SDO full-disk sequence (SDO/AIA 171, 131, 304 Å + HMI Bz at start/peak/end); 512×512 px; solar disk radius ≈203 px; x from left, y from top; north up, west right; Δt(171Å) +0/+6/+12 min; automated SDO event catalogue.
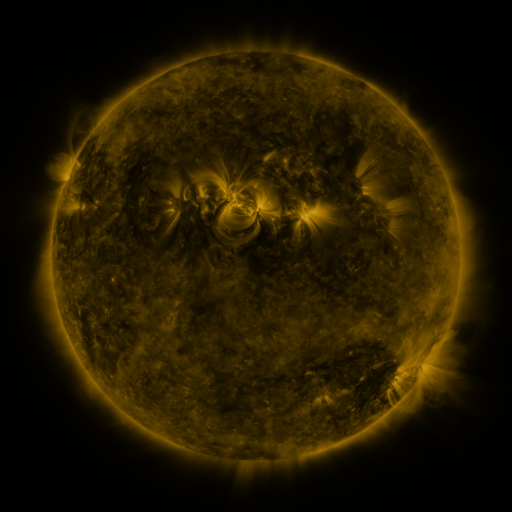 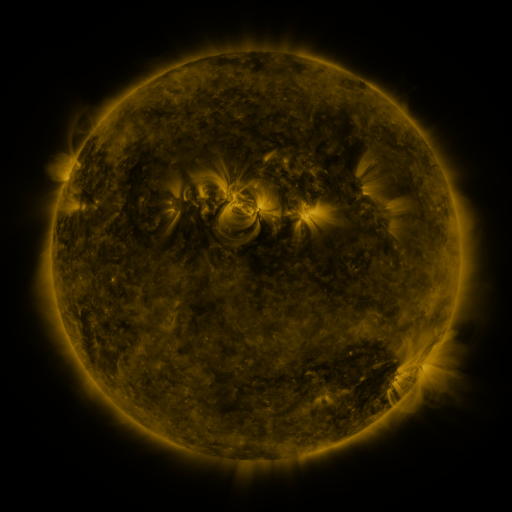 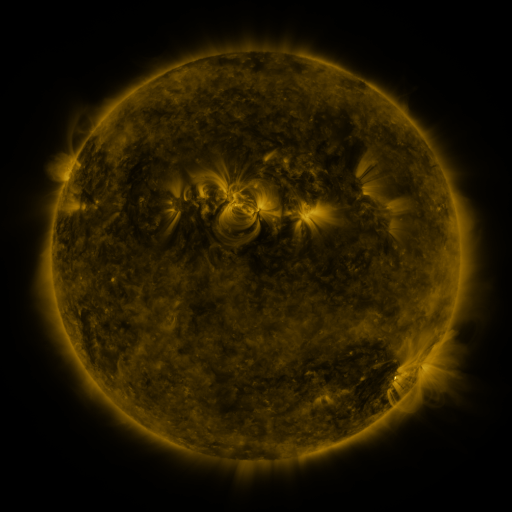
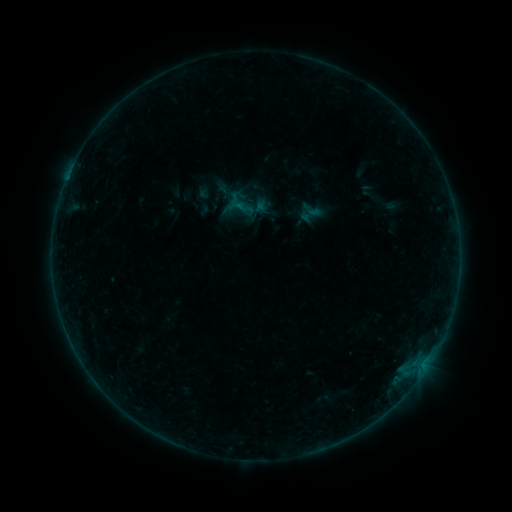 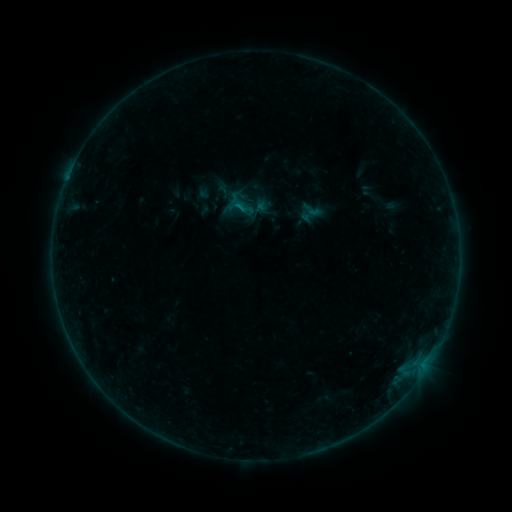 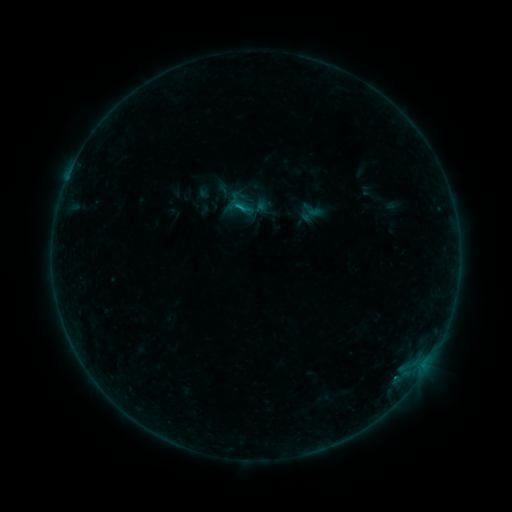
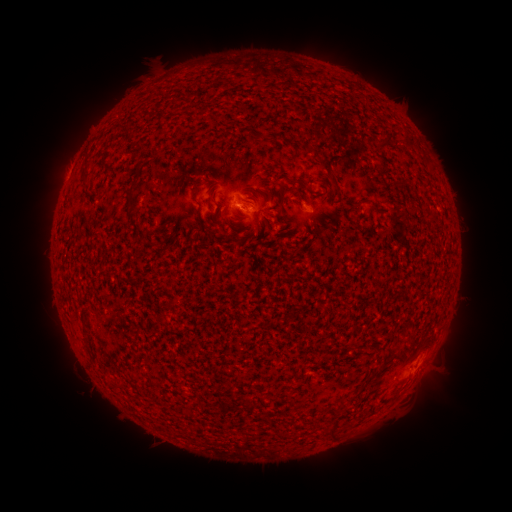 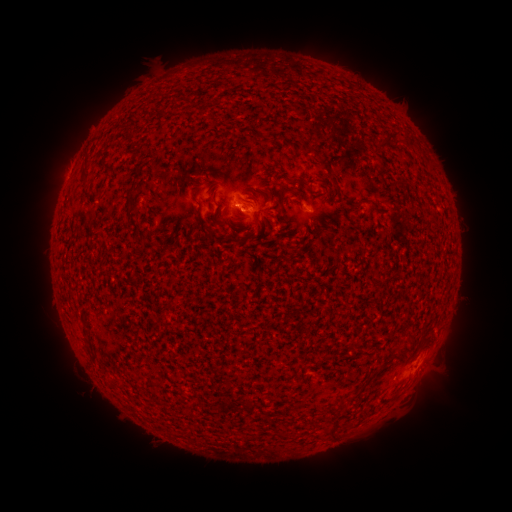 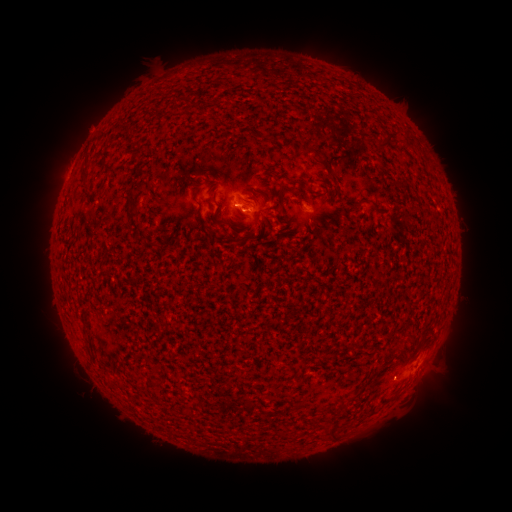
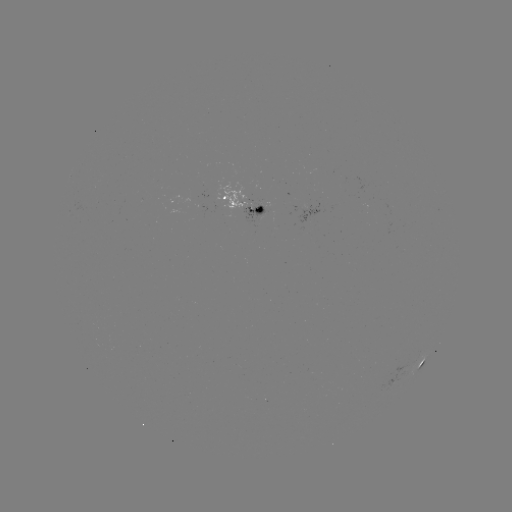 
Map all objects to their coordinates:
B3.9 flare: (242, 209)
